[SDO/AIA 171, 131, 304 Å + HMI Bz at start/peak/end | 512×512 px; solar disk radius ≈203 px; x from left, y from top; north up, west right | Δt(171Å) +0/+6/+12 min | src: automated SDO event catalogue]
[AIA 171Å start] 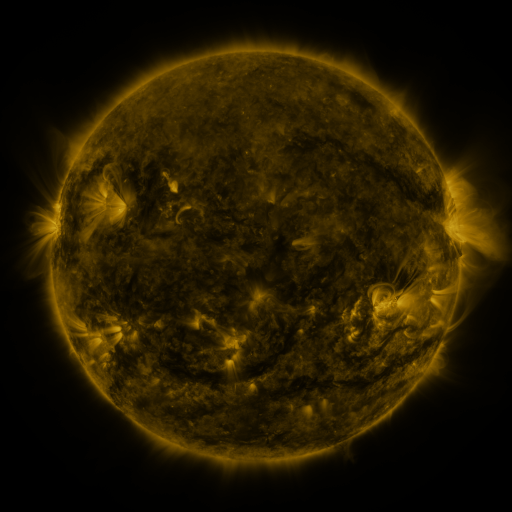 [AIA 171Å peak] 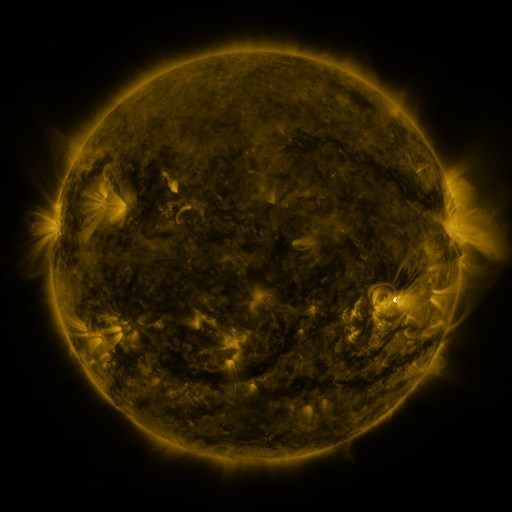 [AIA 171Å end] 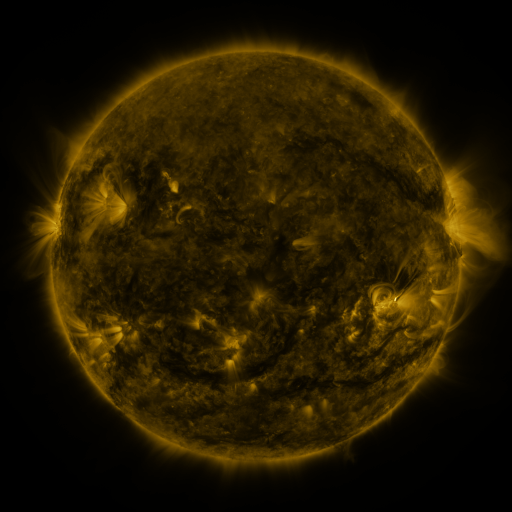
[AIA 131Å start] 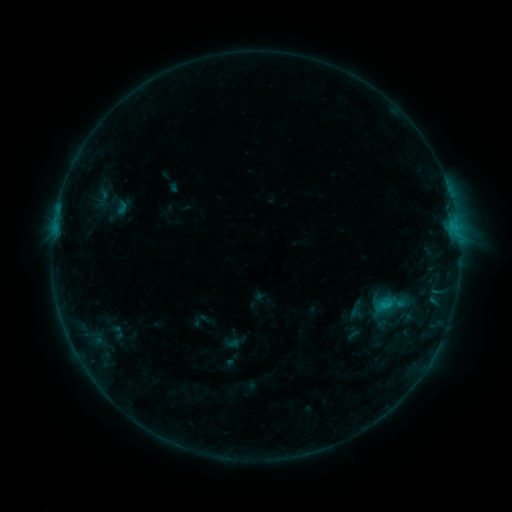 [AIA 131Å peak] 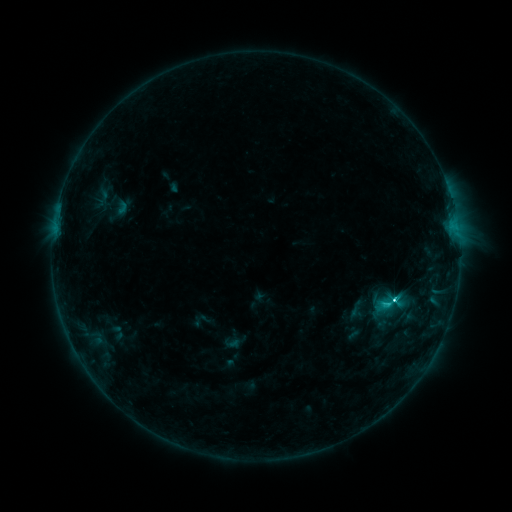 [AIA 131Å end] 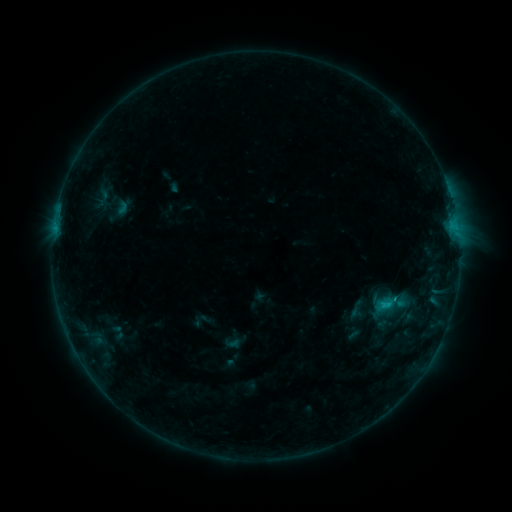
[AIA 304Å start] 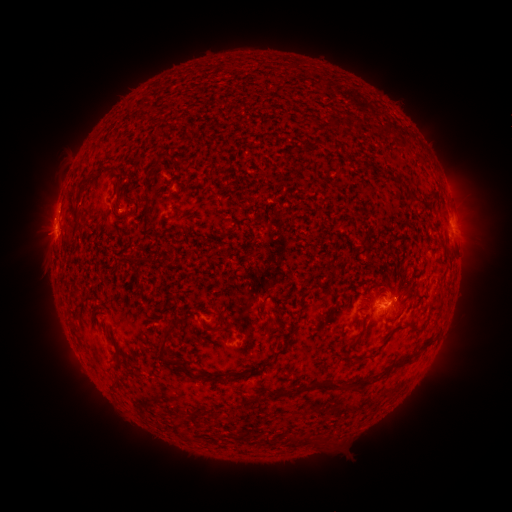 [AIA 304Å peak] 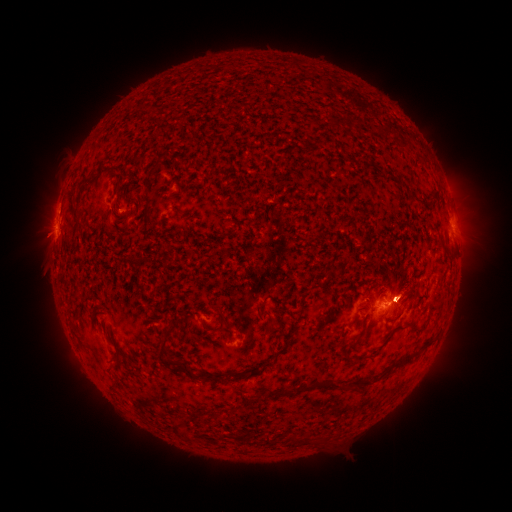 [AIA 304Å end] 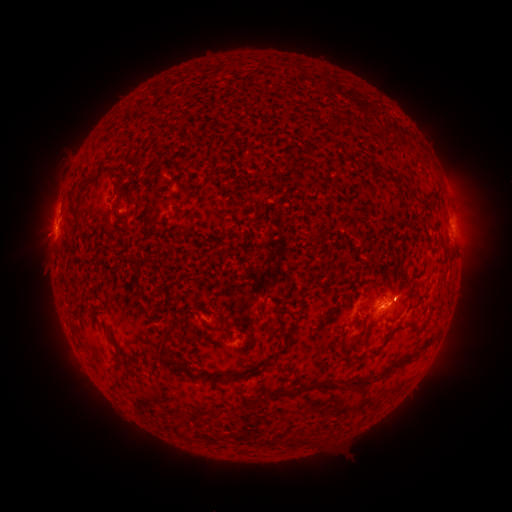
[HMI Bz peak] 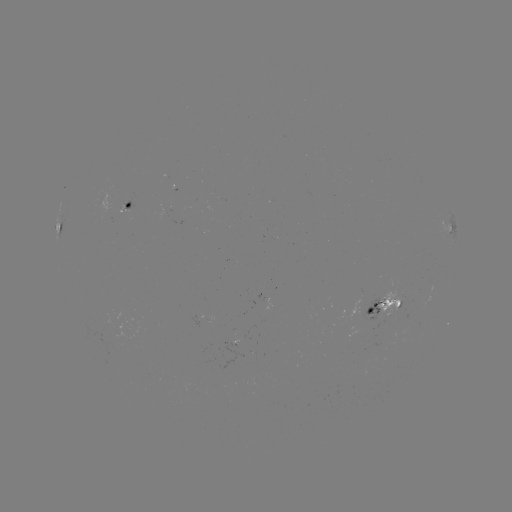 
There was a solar flare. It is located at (395, 298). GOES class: C3.2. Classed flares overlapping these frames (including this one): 1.